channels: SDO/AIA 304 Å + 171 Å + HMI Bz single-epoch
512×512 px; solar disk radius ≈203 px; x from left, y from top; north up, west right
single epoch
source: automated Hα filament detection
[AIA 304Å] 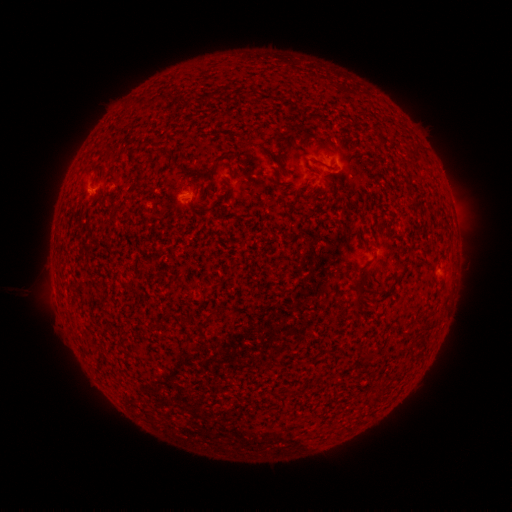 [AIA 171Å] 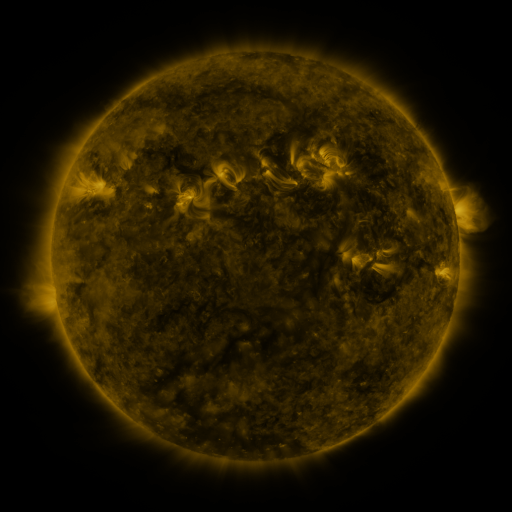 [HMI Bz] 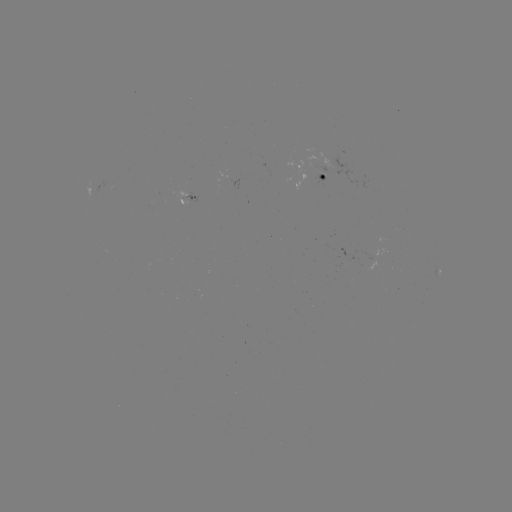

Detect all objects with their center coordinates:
filament: (326, 166)
filament: (357, 293)
